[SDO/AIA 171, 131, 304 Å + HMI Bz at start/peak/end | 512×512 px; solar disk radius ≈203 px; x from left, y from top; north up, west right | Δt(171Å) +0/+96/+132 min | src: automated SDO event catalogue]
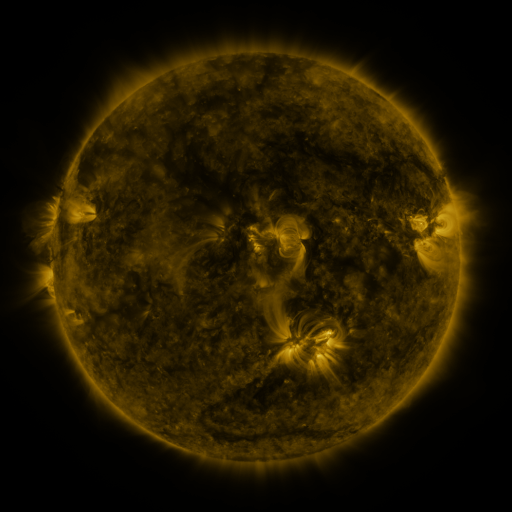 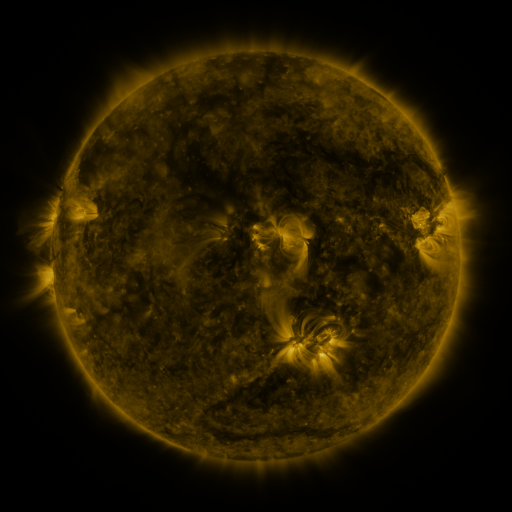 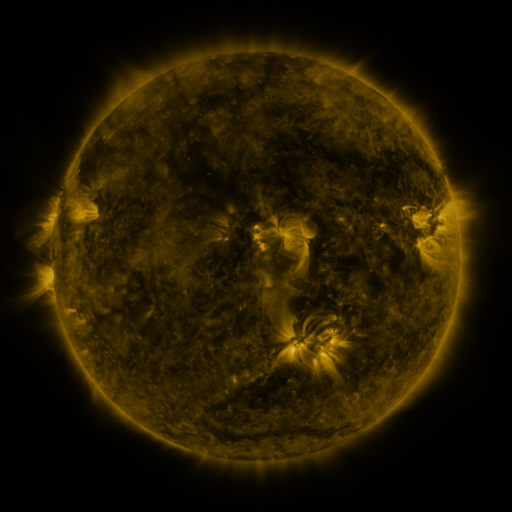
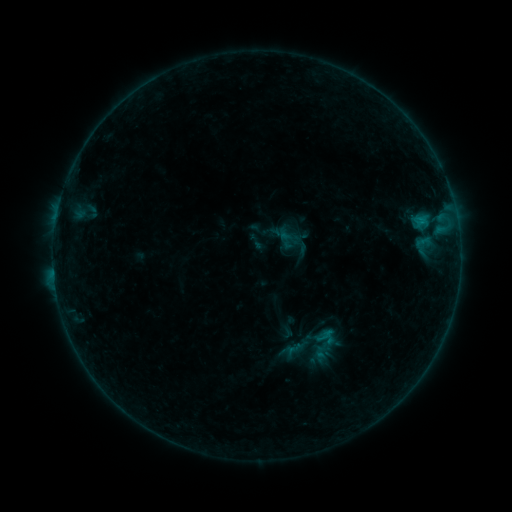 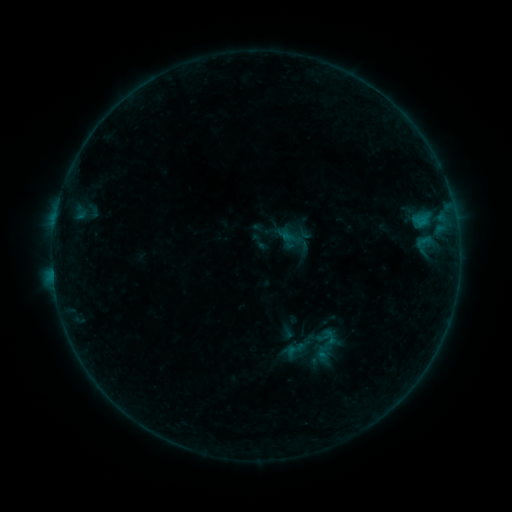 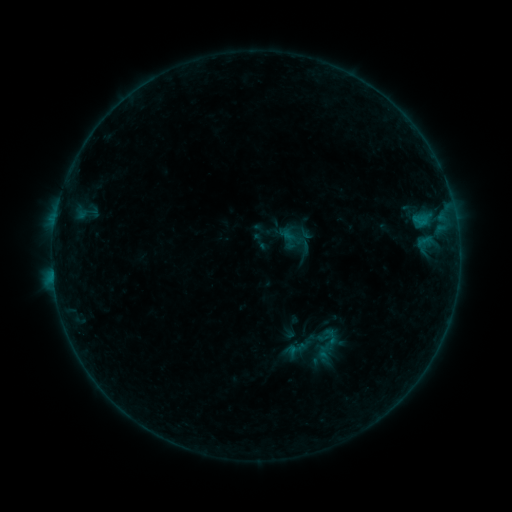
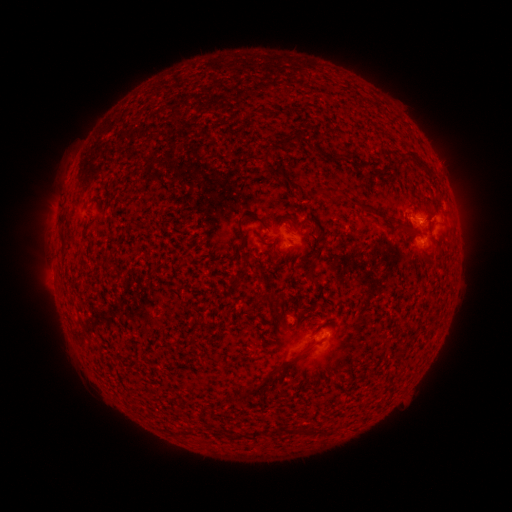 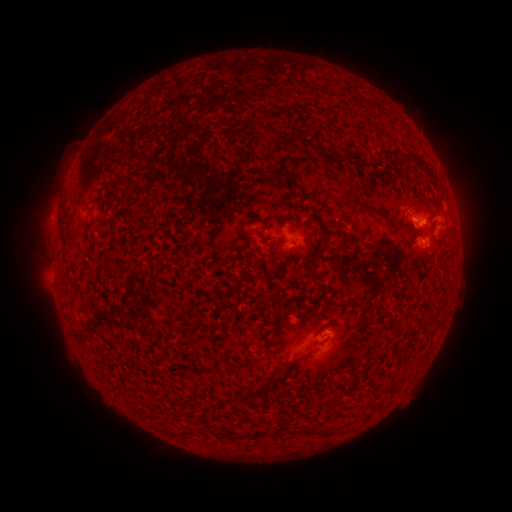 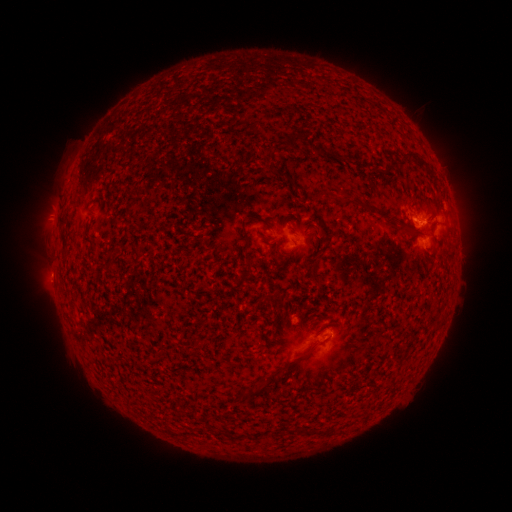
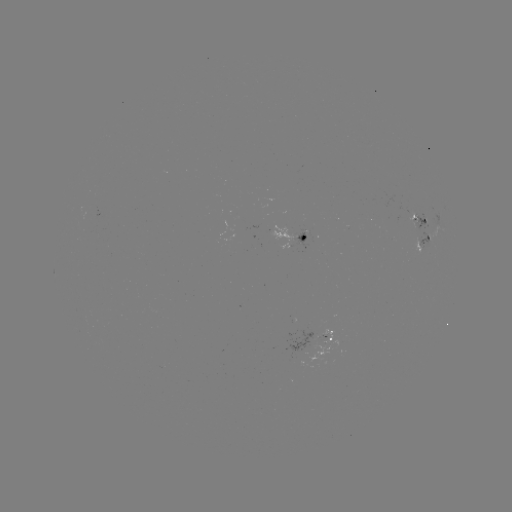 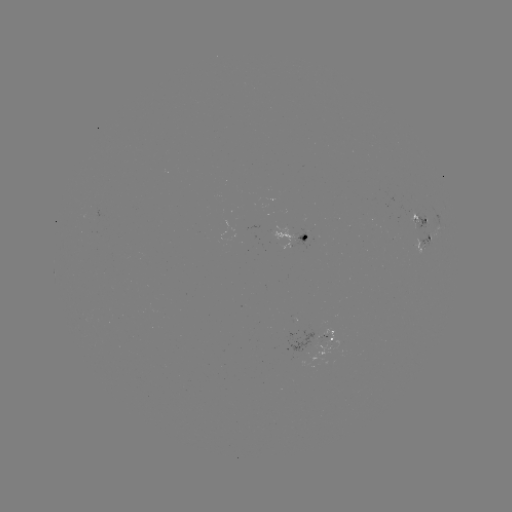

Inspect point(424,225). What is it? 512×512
emerging-flux region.